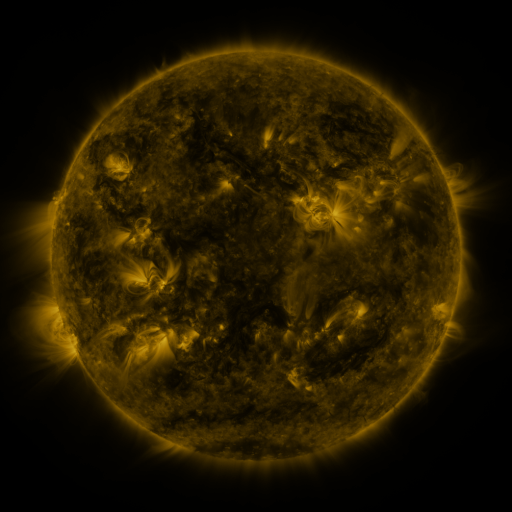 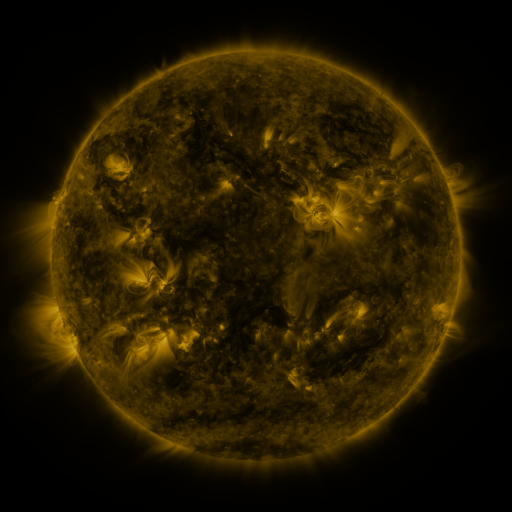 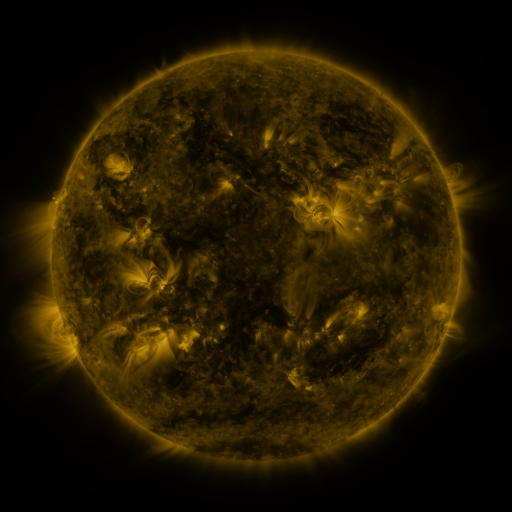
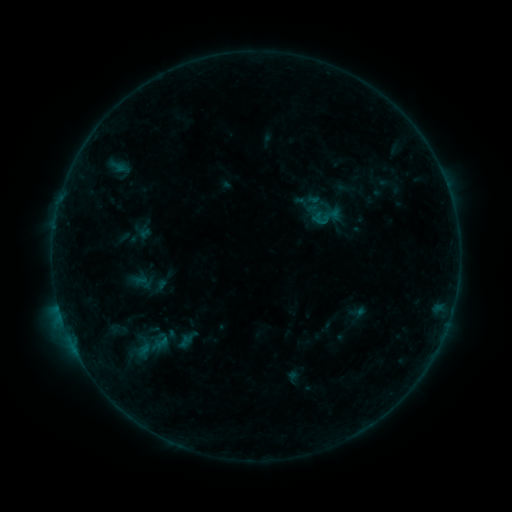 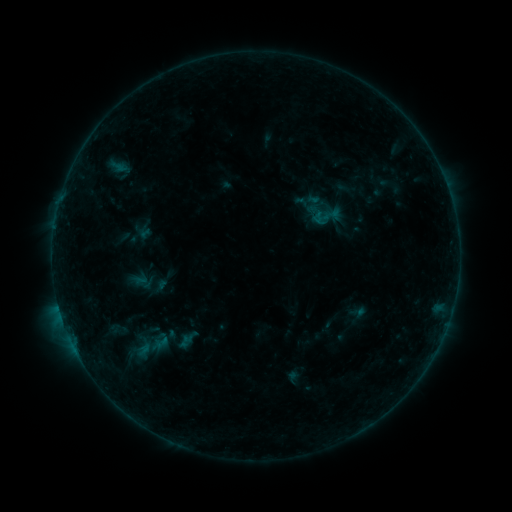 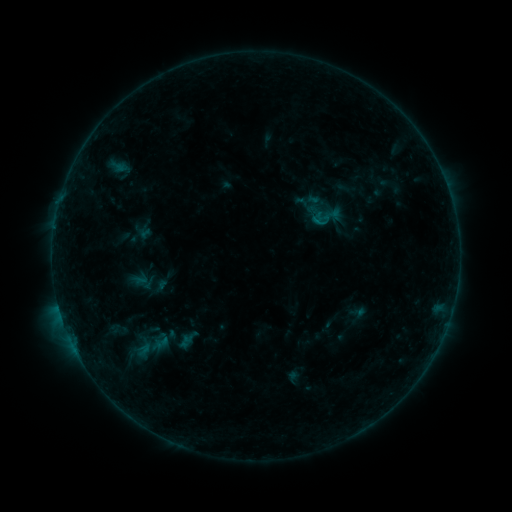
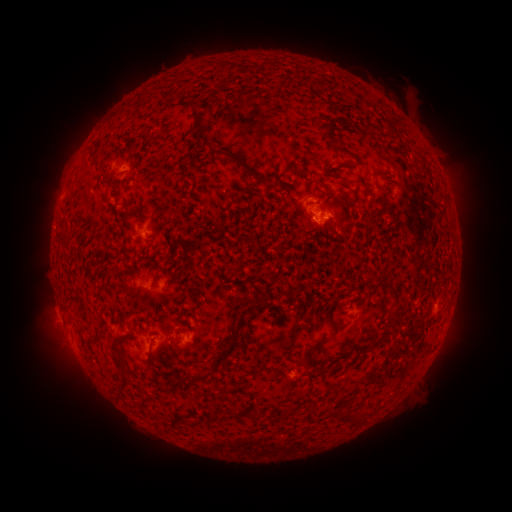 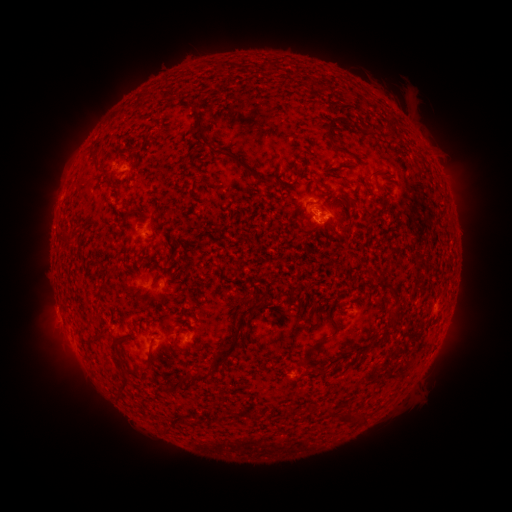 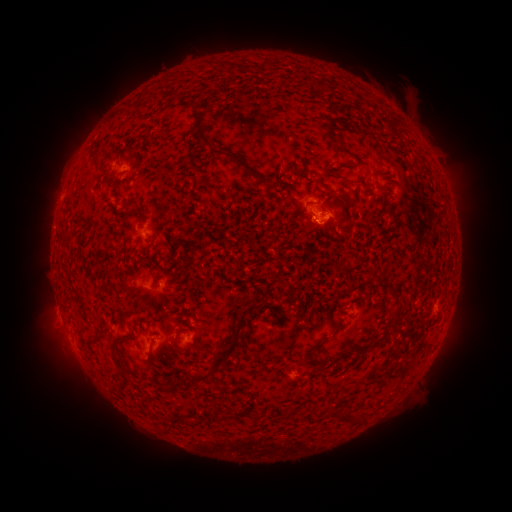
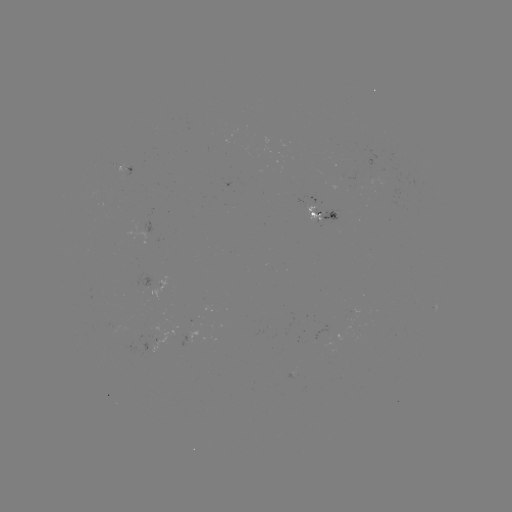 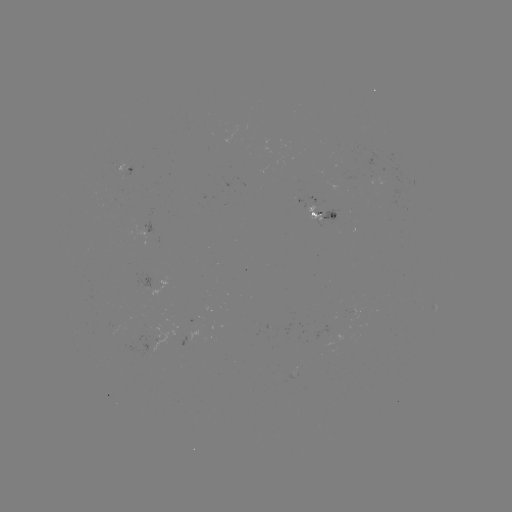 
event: flare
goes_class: B3.3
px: (312, 222)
